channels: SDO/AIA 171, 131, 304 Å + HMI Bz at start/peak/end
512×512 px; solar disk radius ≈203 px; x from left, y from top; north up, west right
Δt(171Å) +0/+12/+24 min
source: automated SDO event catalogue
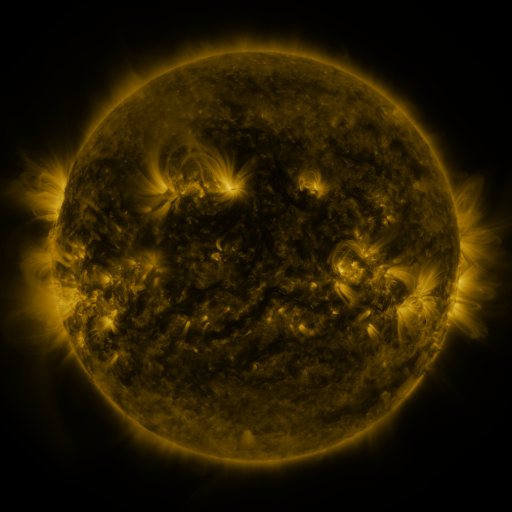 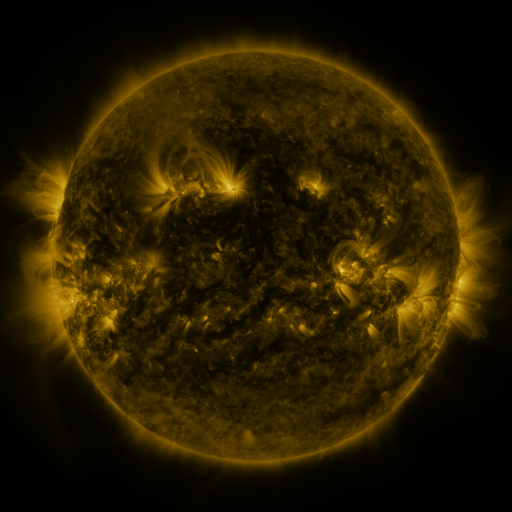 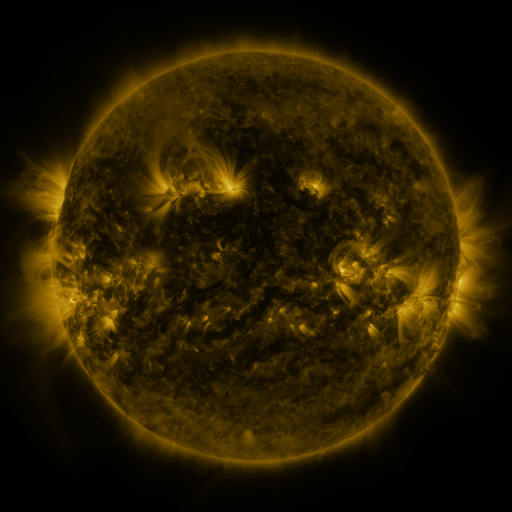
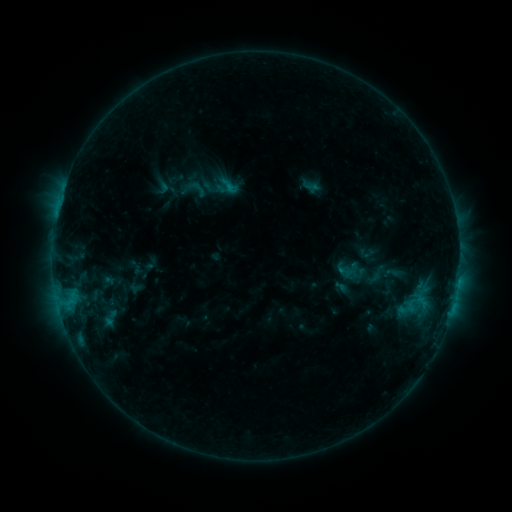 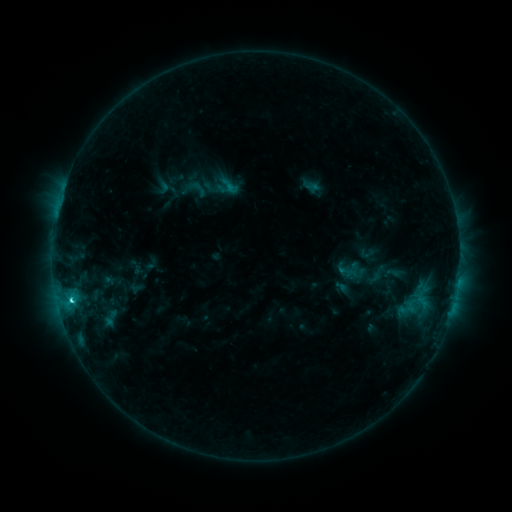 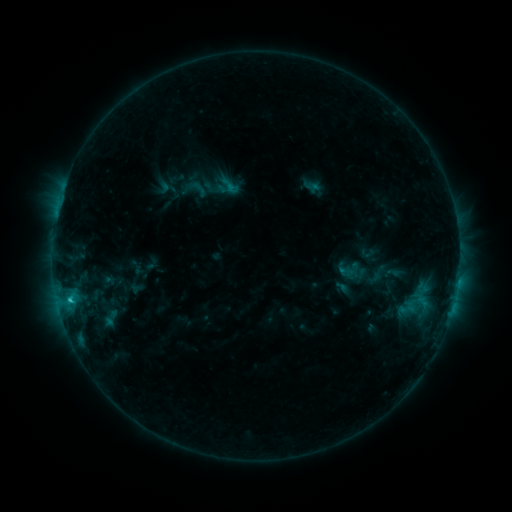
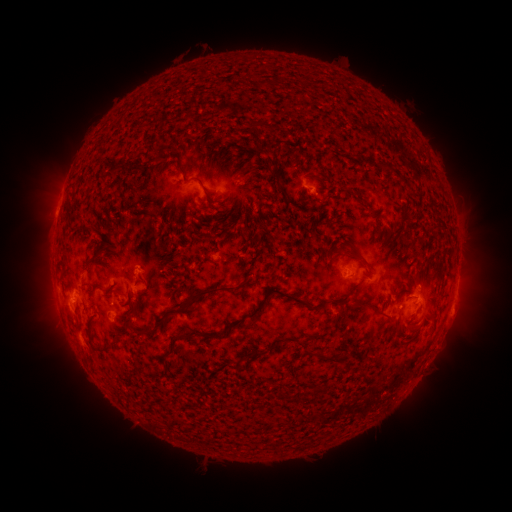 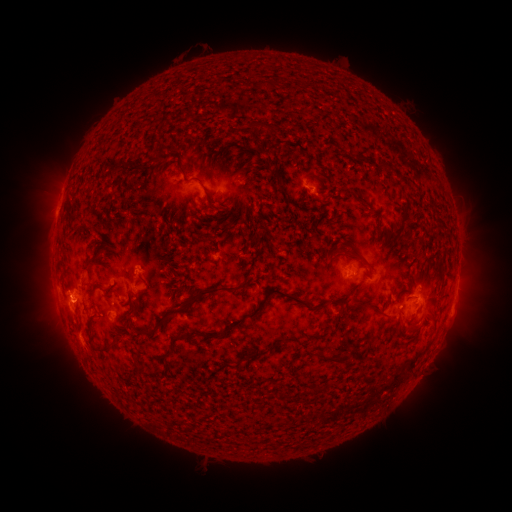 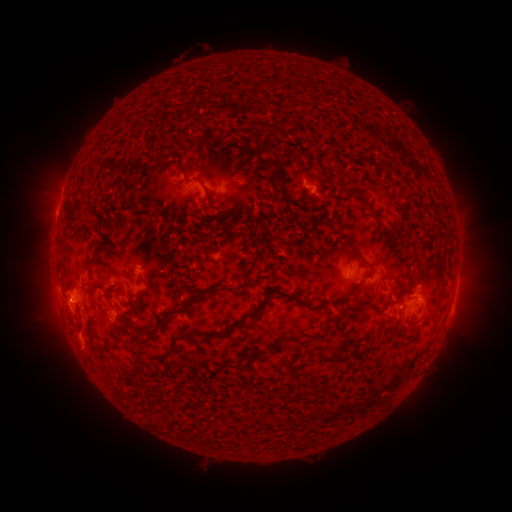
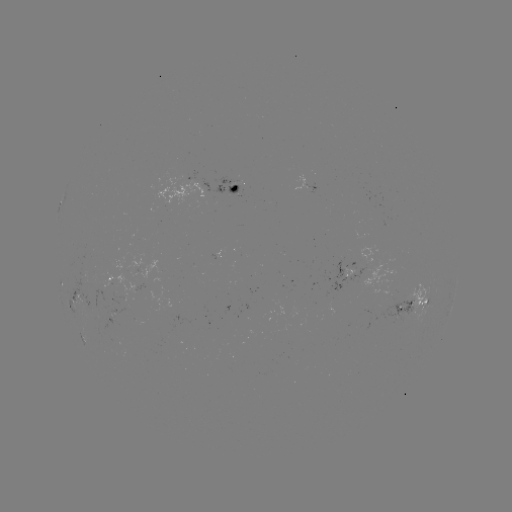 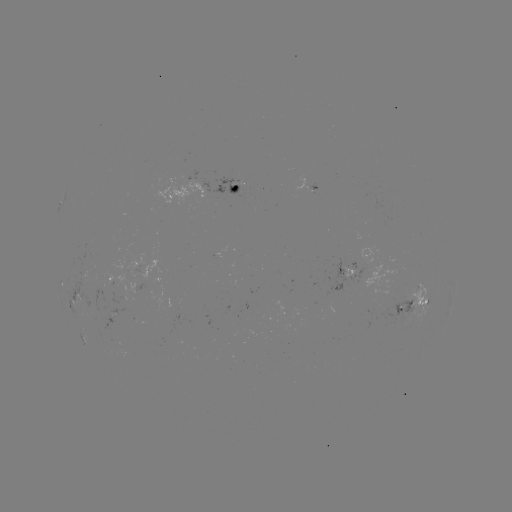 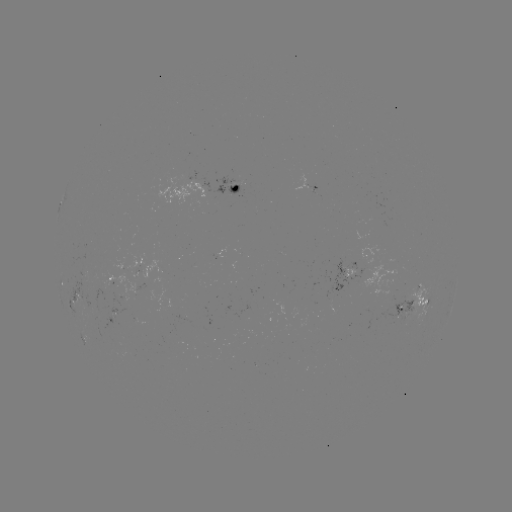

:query C1.8 flare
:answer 72,299